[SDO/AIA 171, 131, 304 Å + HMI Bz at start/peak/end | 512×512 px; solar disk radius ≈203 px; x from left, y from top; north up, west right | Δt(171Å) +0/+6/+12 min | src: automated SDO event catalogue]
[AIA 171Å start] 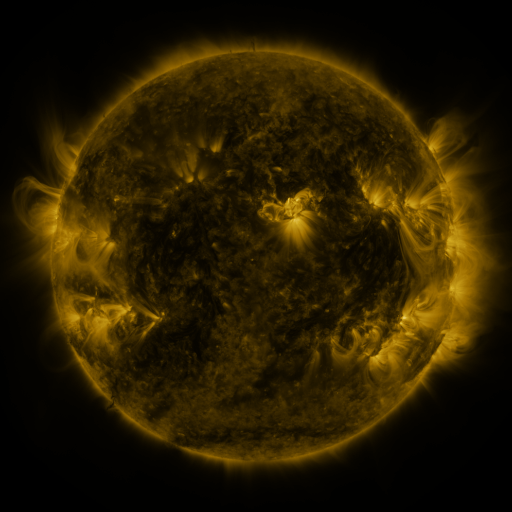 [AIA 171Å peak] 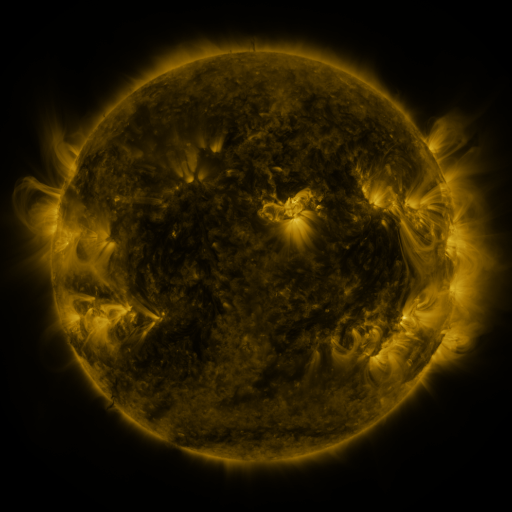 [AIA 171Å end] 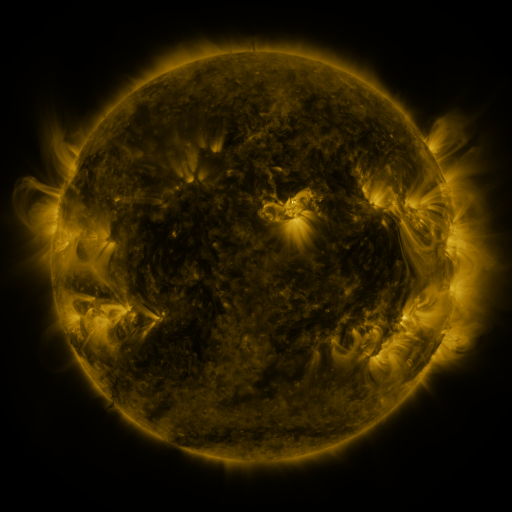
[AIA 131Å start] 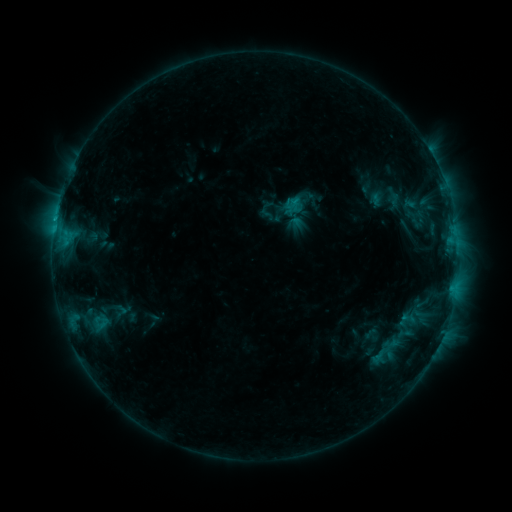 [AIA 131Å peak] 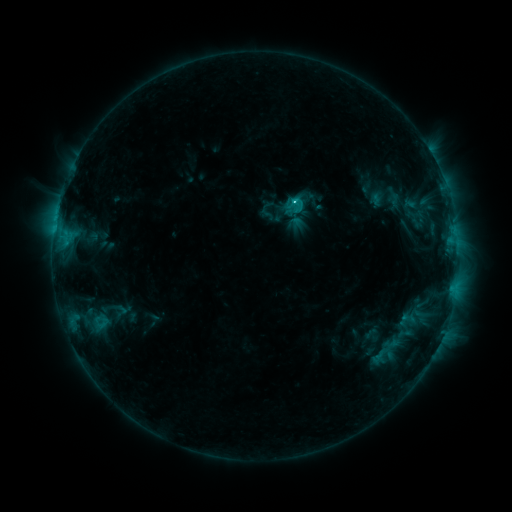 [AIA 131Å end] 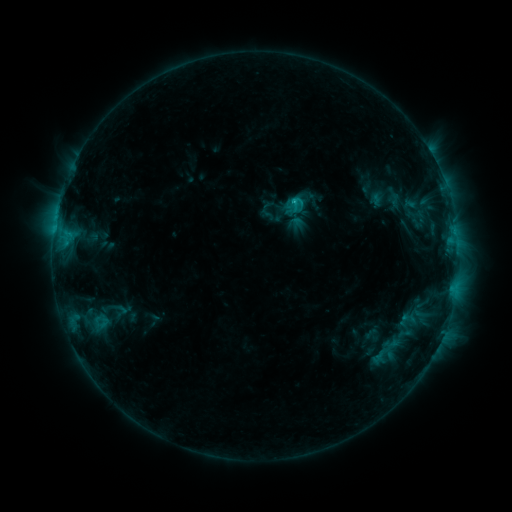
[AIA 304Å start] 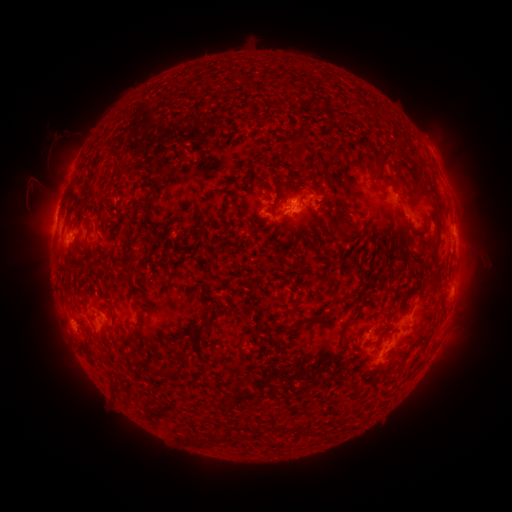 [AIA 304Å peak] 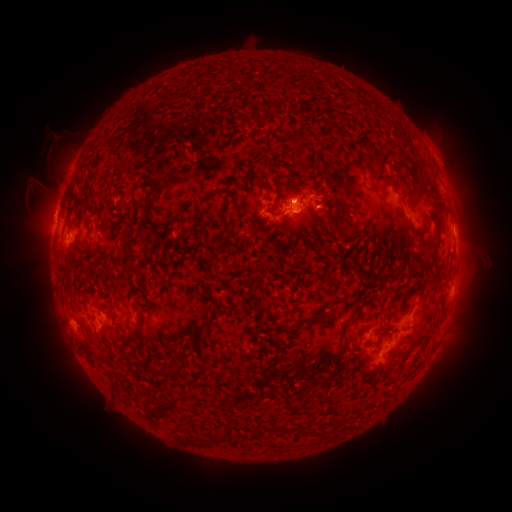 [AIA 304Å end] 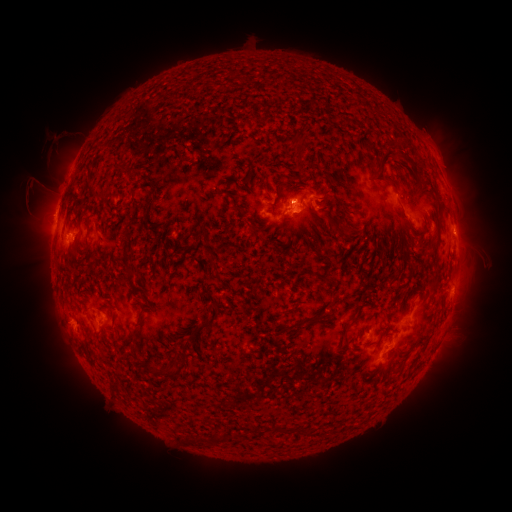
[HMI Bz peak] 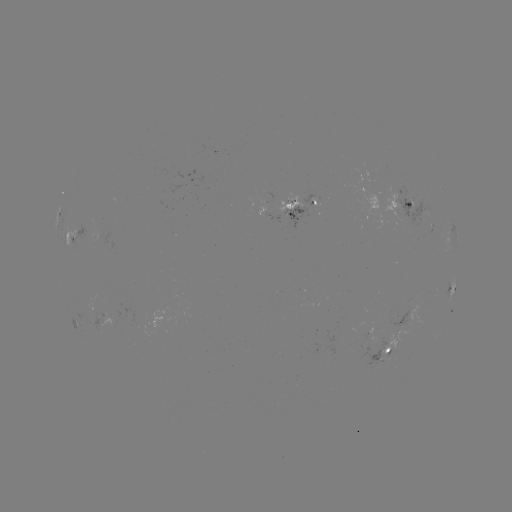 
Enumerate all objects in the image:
eruption: (331, 207)
